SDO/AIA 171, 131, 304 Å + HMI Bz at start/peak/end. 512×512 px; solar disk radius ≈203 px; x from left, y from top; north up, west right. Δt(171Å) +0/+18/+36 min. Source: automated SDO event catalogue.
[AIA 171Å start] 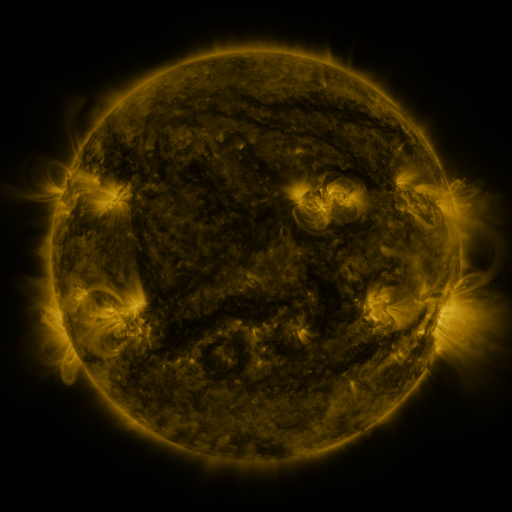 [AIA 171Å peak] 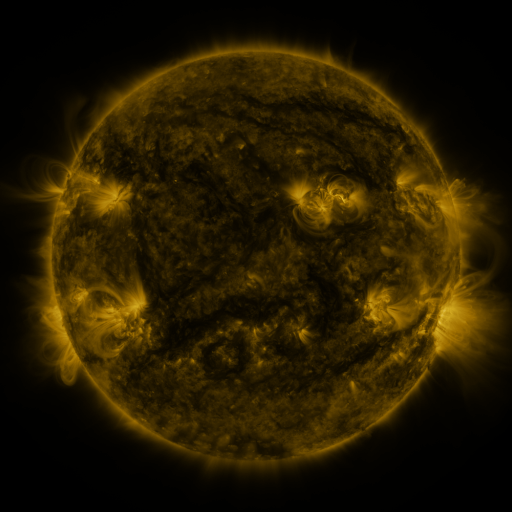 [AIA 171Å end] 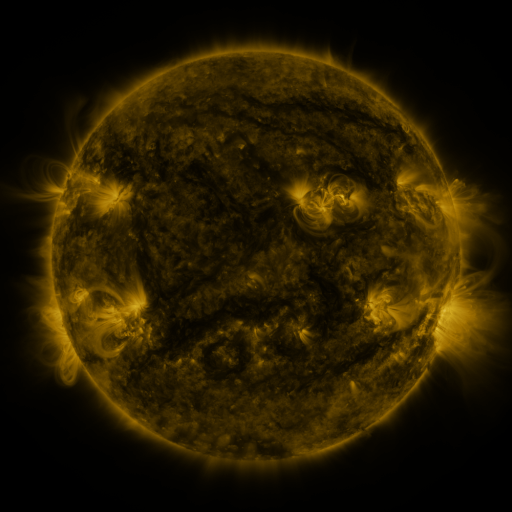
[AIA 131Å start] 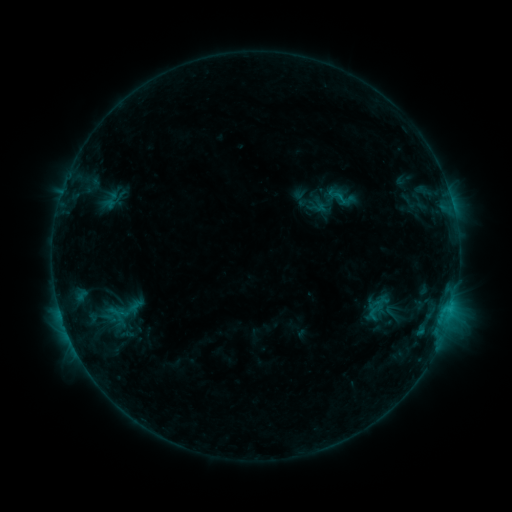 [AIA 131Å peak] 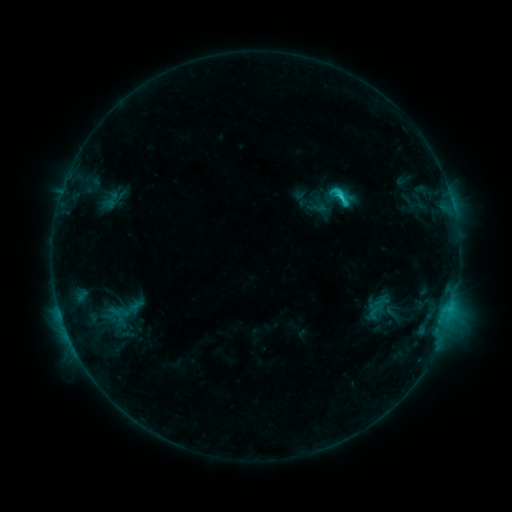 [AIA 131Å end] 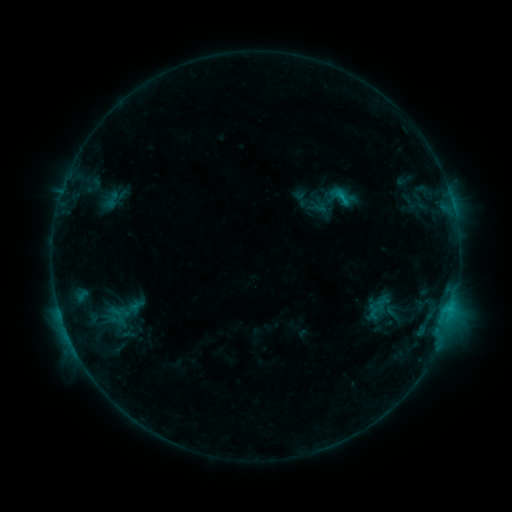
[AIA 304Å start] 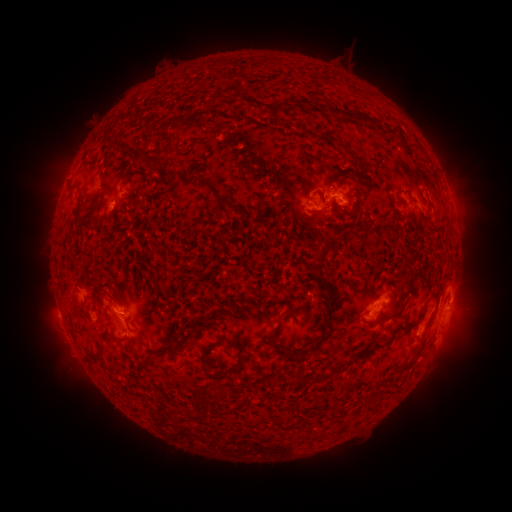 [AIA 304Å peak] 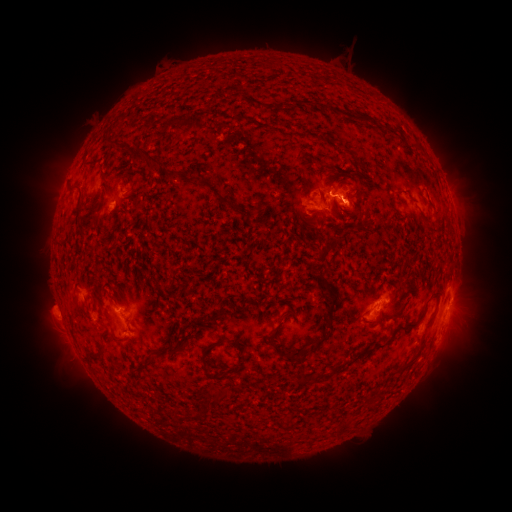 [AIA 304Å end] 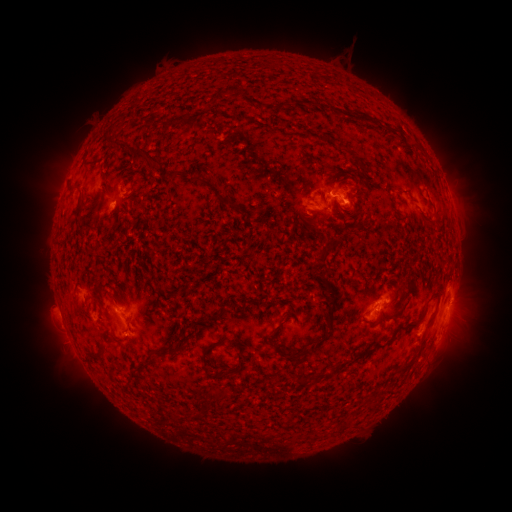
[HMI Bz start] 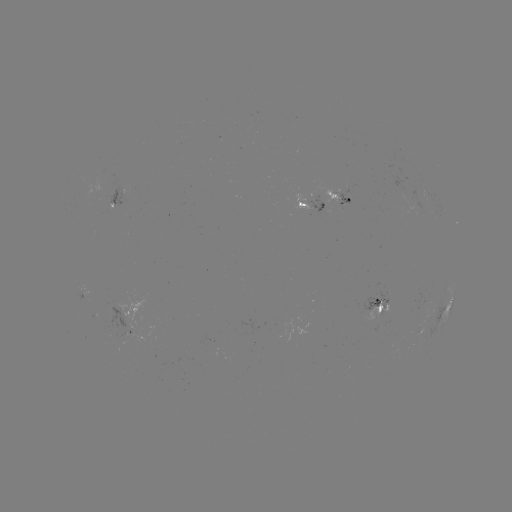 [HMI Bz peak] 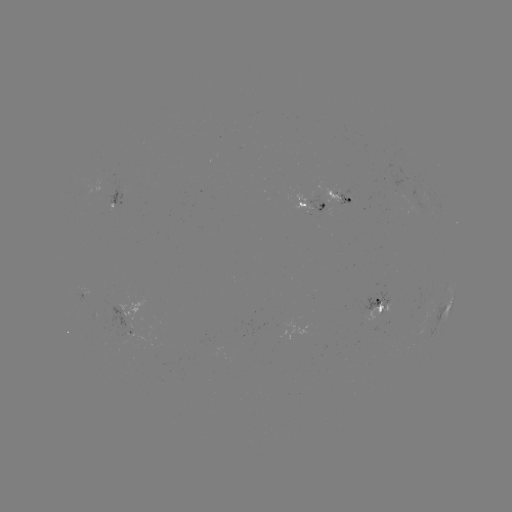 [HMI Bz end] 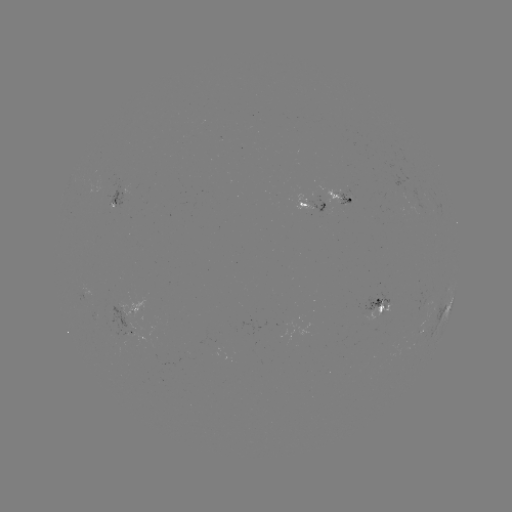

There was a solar flare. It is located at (340, 199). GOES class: C1.8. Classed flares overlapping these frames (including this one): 1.